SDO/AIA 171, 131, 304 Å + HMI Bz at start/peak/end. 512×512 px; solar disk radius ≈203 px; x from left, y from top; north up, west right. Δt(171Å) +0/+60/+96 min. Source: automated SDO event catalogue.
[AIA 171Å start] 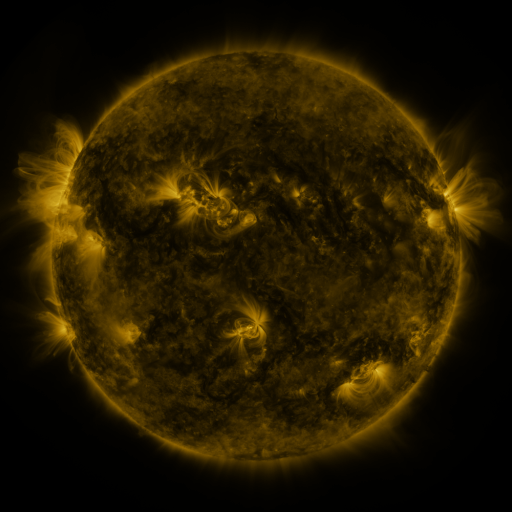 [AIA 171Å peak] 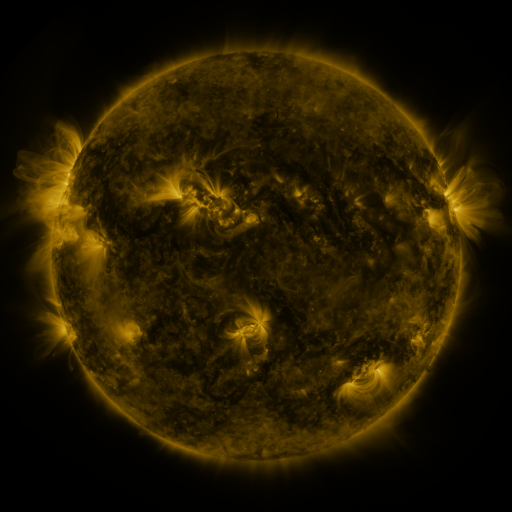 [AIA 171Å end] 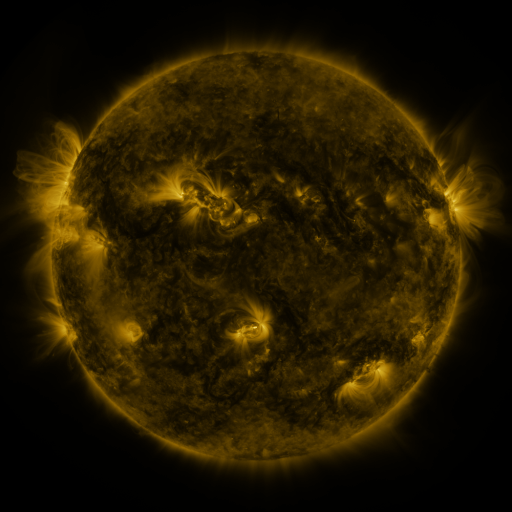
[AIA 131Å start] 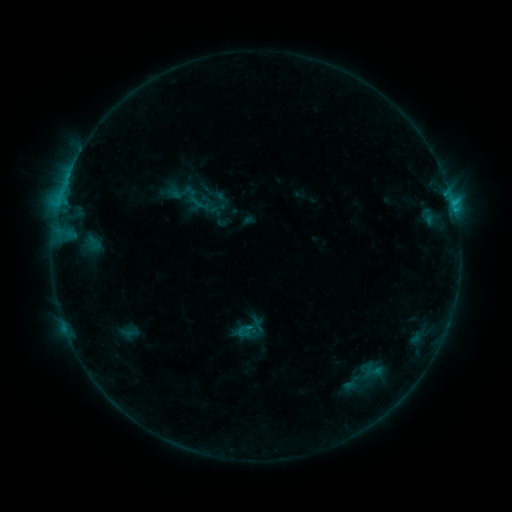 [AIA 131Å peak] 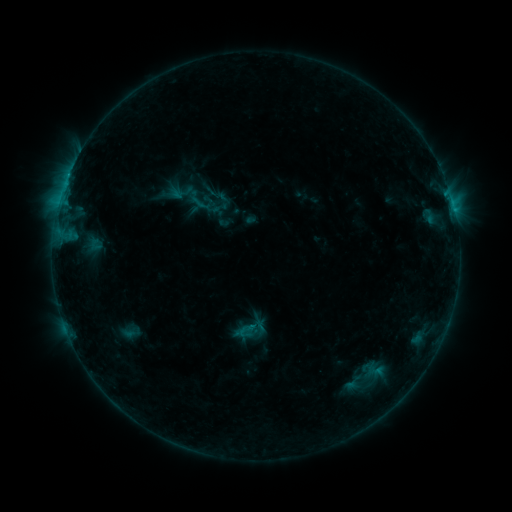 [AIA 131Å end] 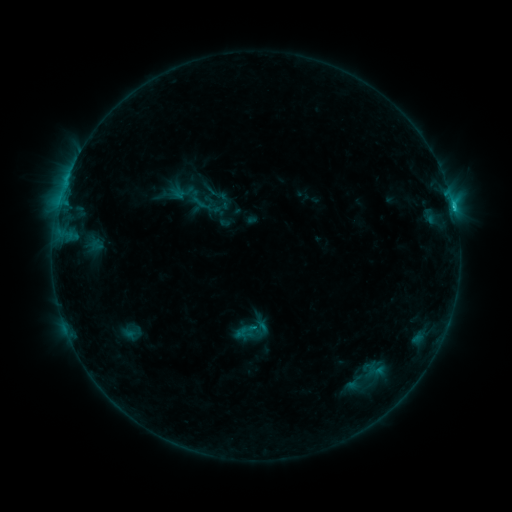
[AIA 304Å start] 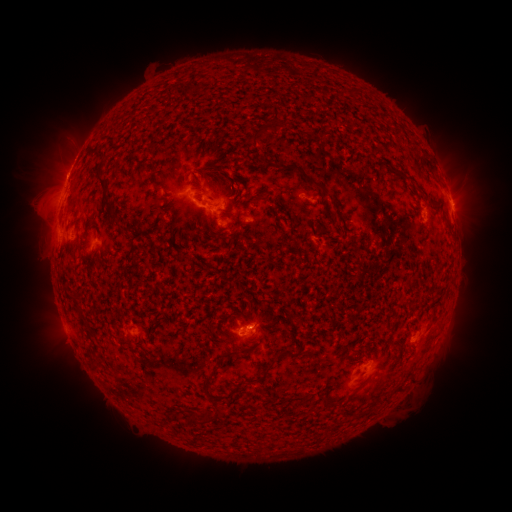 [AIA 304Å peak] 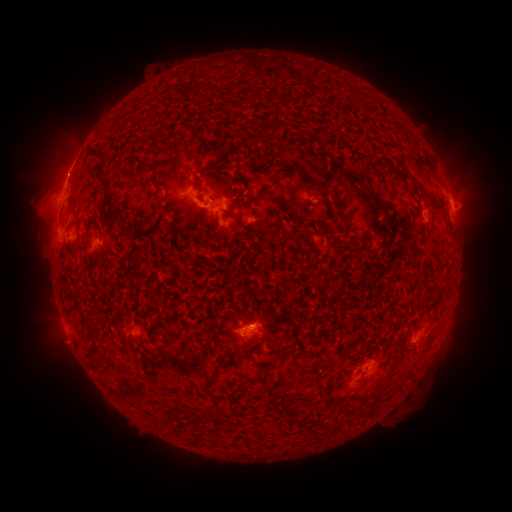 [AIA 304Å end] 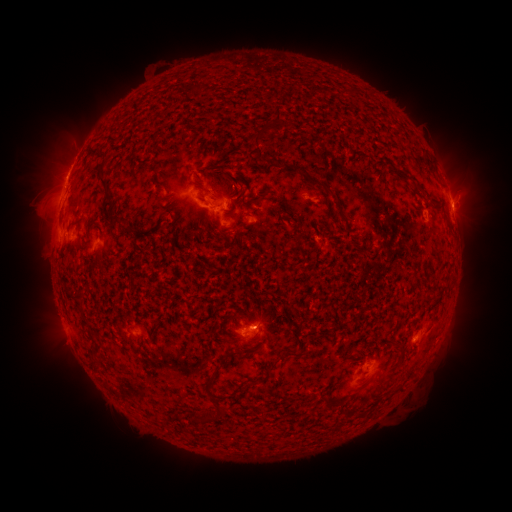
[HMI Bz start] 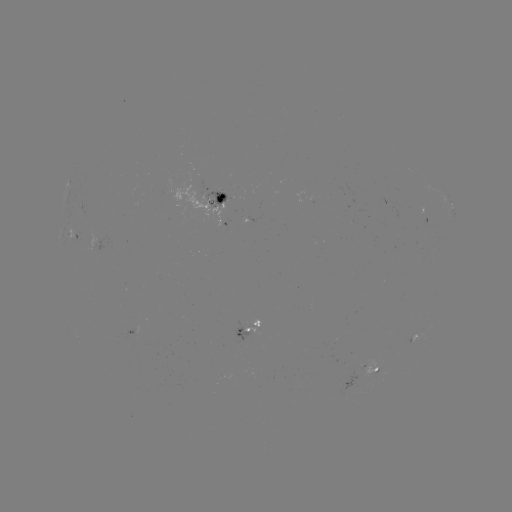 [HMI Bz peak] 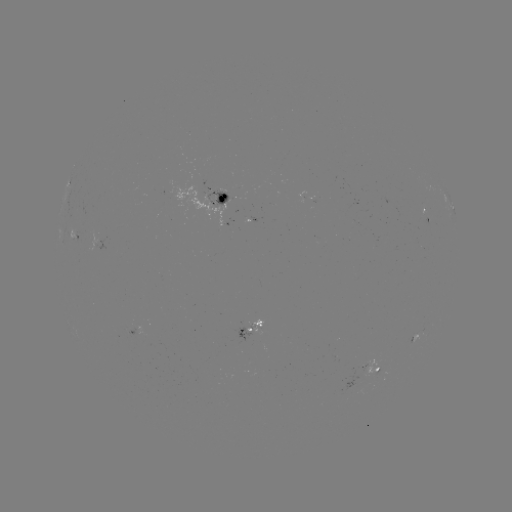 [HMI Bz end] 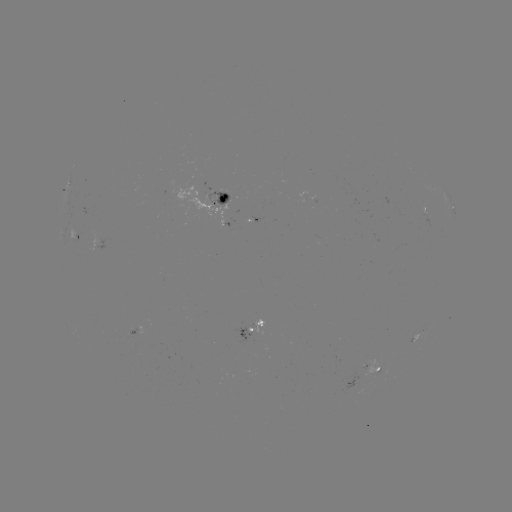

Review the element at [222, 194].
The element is emerging-flux region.